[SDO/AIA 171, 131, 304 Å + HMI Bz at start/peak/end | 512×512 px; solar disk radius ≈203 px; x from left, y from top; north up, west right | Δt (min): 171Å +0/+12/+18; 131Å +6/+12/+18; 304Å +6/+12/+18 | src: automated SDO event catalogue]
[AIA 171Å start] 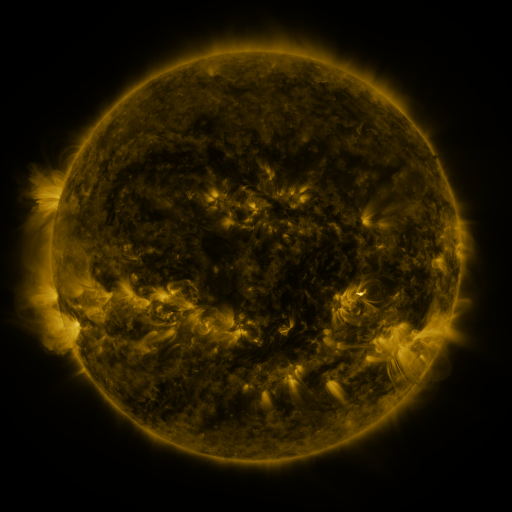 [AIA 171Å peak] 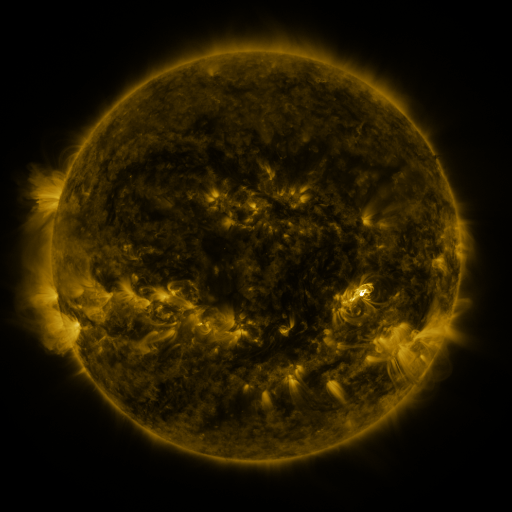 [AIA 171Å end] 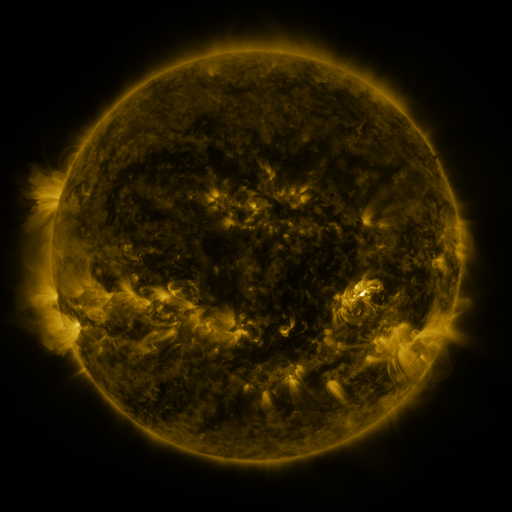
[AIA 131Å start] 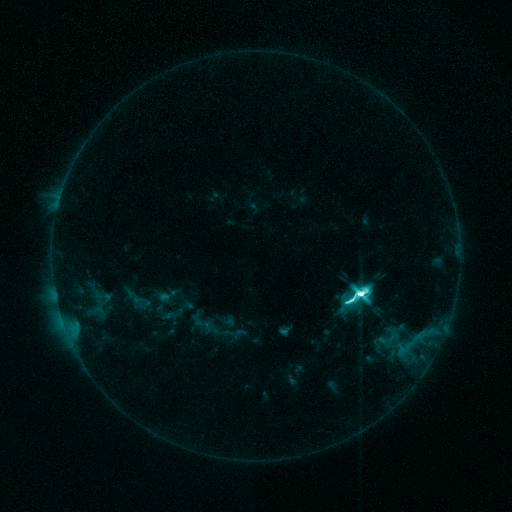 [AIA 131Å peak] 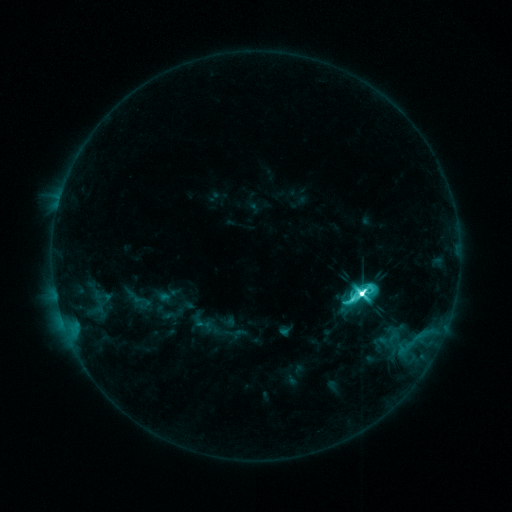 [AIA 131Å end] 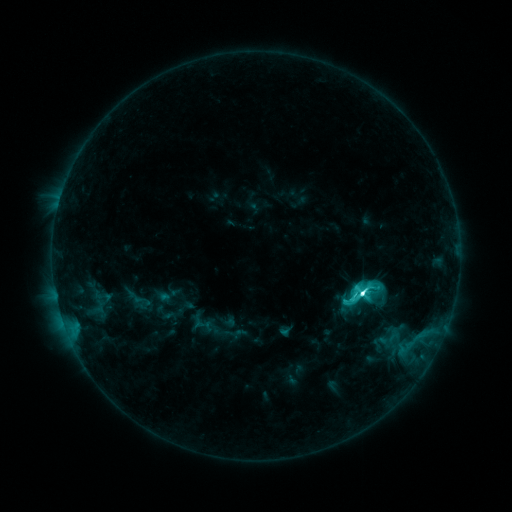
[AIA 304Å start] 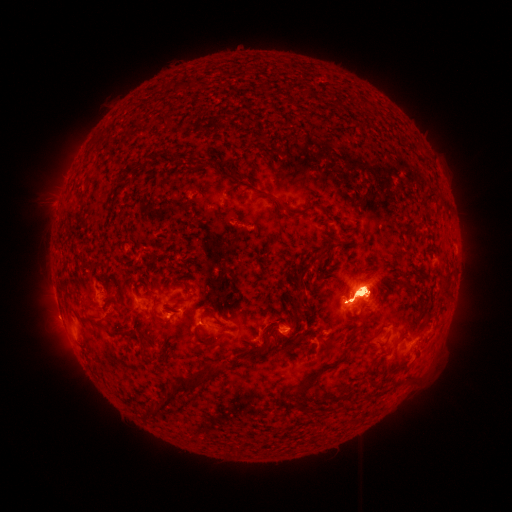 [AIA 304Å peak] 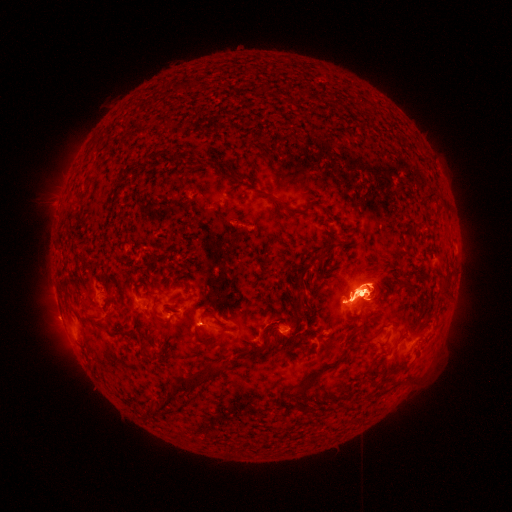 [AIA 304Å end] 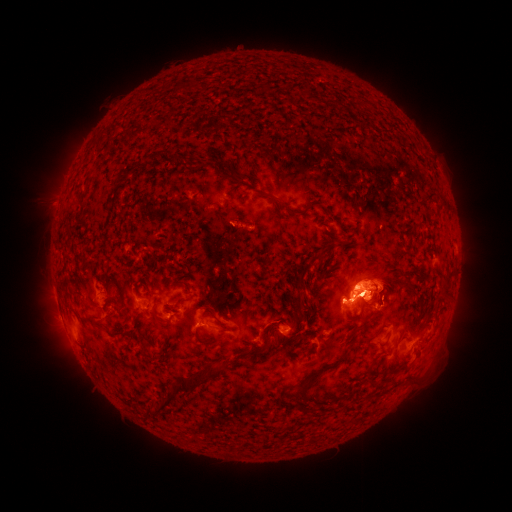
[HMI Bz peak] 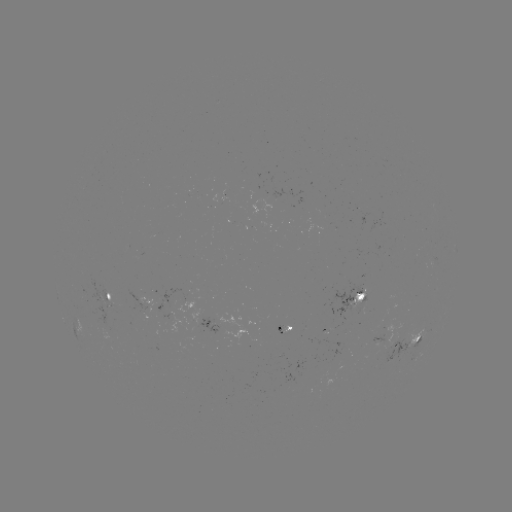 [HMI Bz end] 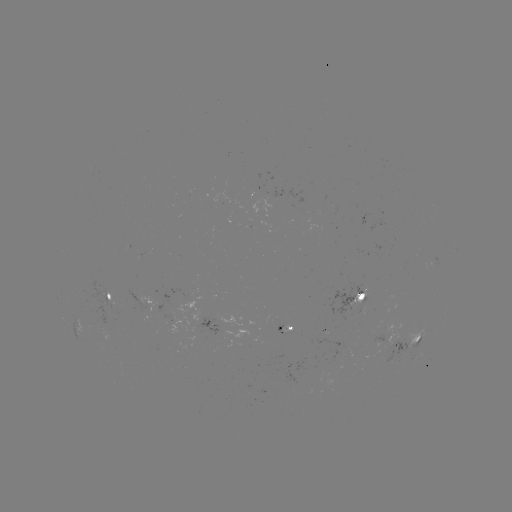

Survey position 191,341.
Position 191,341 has eruption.